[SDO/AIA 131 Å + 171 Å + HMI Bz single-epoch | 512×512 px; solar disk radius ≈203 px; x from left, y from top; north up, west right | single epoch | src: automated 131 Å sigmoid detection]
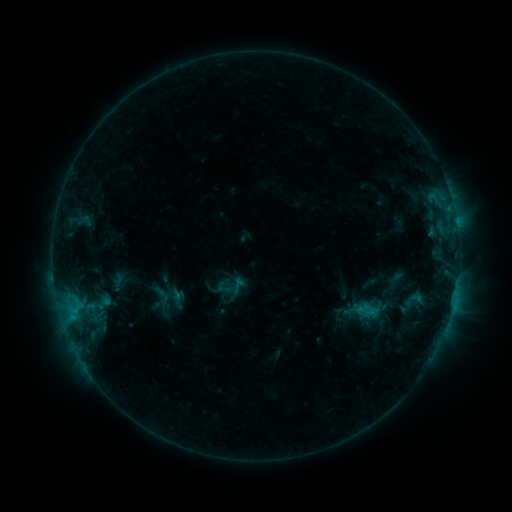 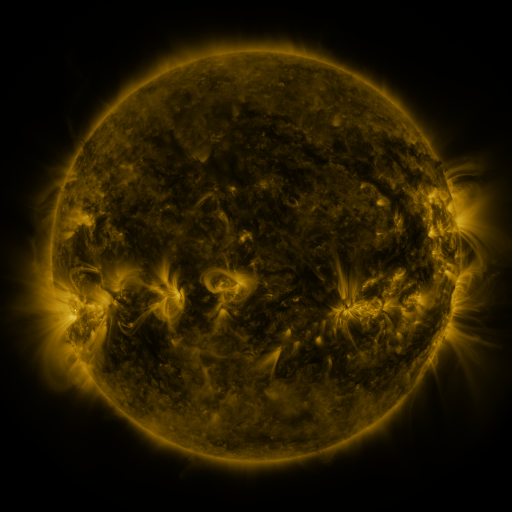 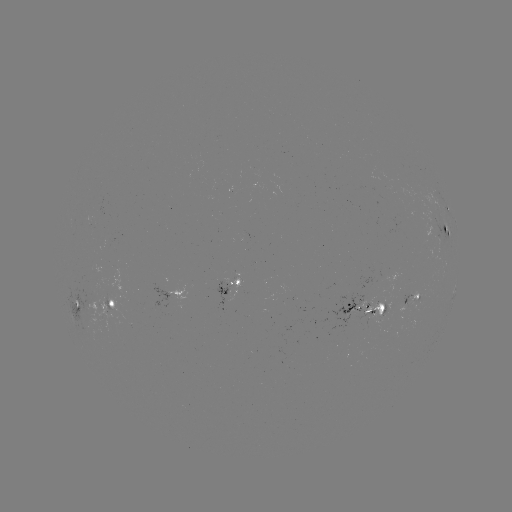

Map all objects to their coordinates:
sigmoid: [224, 282, 241, 298]
sigmoid: [169, 292, 188, 308]
